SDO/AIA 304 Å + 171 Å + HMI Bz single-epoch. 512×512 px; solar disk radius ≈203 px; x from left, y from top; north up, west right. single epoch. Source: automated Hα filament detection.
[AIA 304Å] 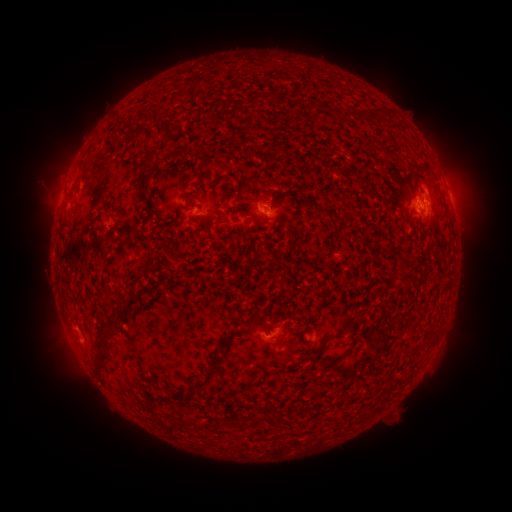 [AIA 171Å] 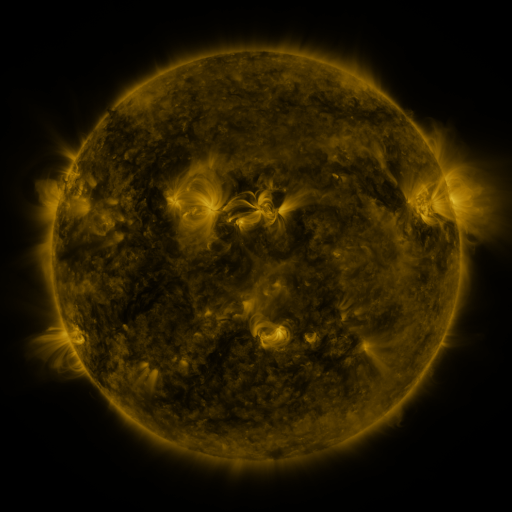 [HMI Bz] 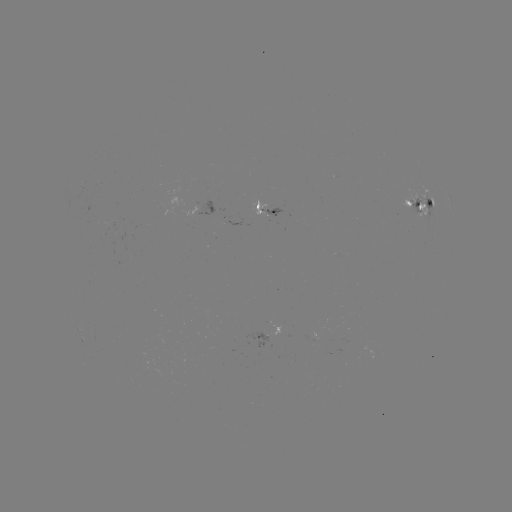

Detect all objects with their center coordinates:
filament: (147, 129)
filament: (150, 154)
filament: (420, 177)
filament: (143, 182)
filament: (144, 197)
filament: (431, 204)
filament: (149, 213)
filament: (227, 336)
filament: (331, 338)
filament: (98, 361)
filament: (196, 384)
filament: (205, 424)
